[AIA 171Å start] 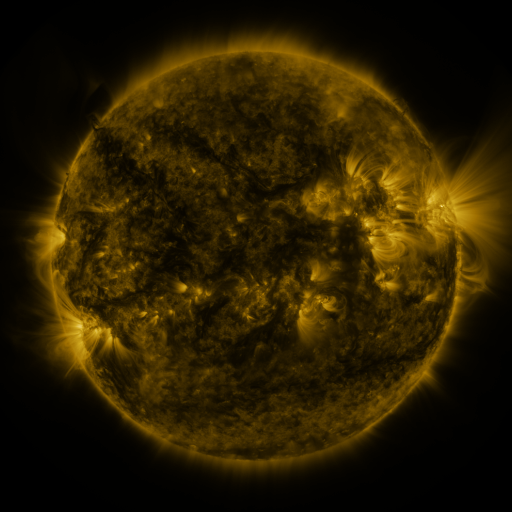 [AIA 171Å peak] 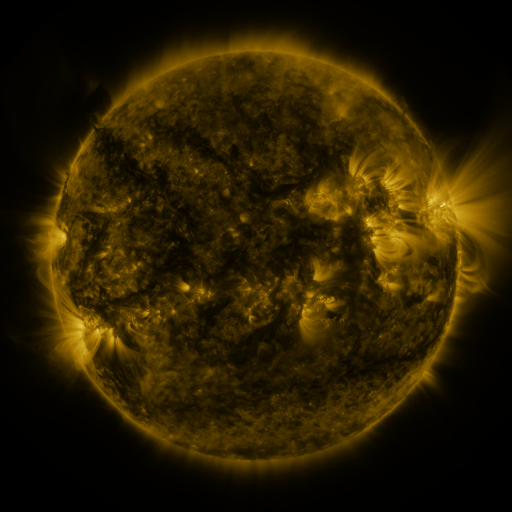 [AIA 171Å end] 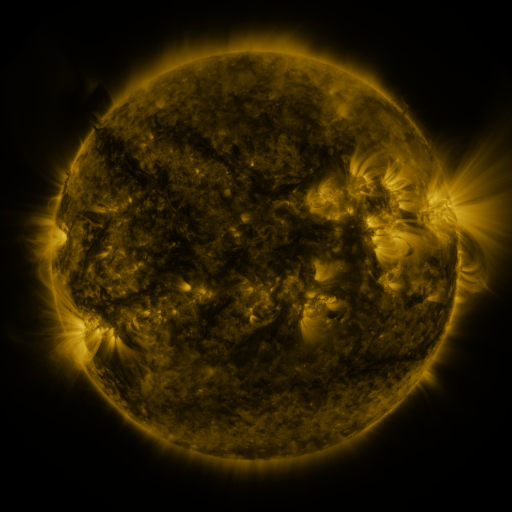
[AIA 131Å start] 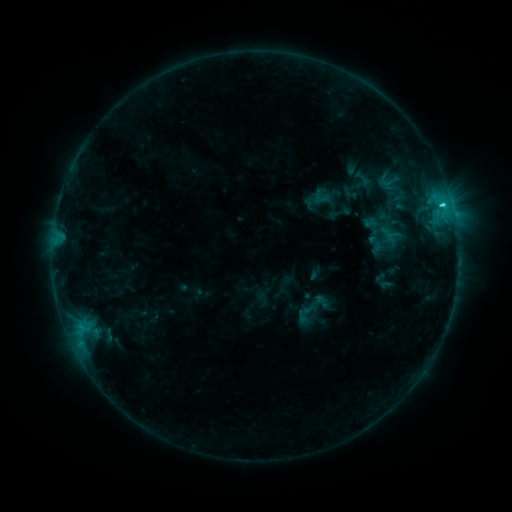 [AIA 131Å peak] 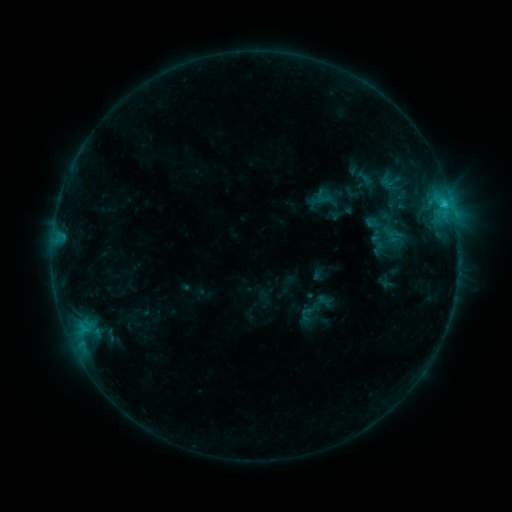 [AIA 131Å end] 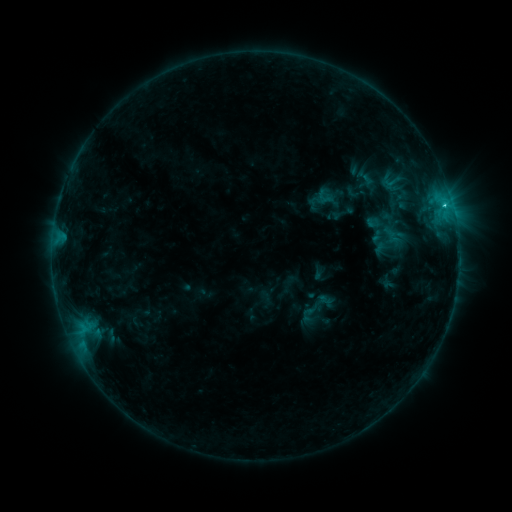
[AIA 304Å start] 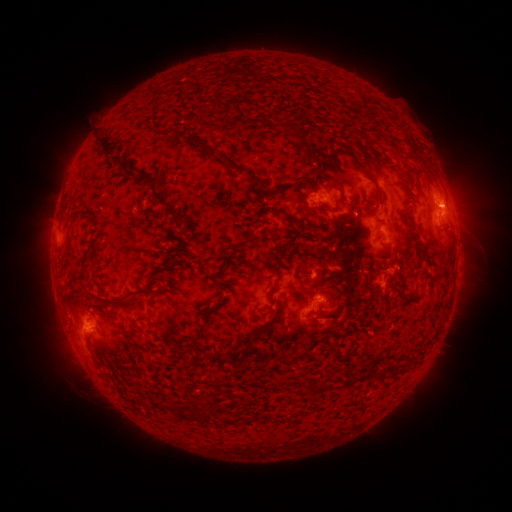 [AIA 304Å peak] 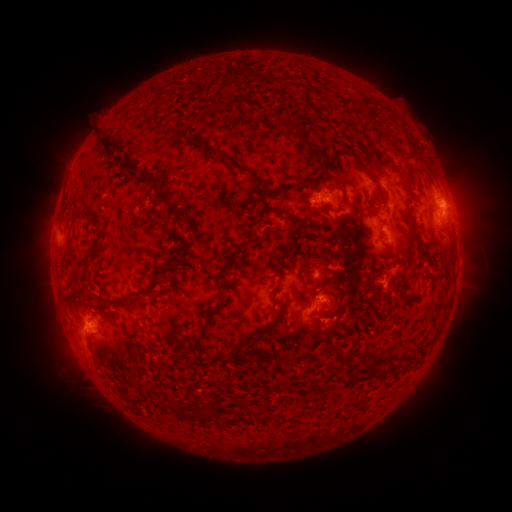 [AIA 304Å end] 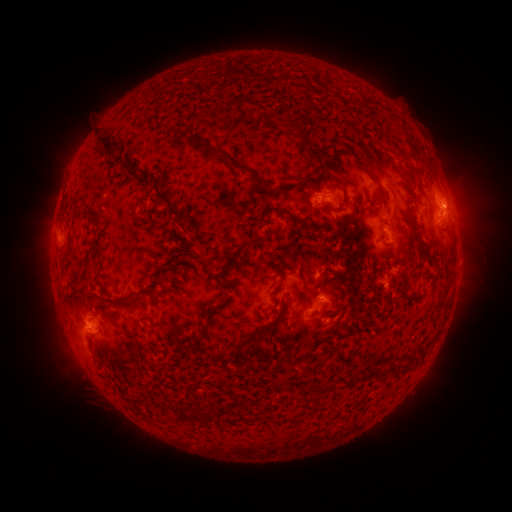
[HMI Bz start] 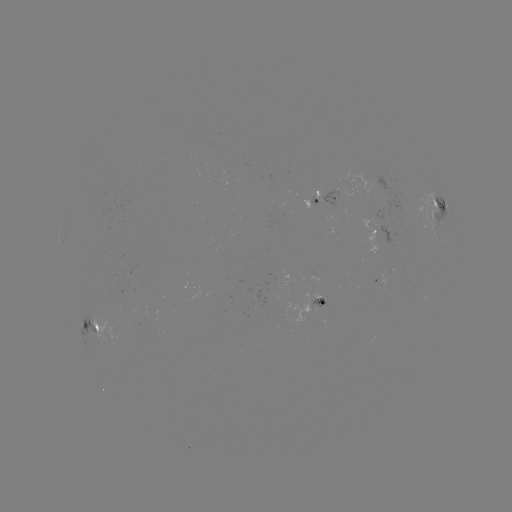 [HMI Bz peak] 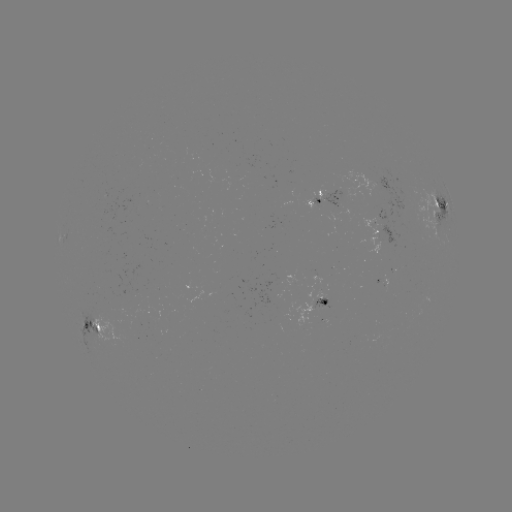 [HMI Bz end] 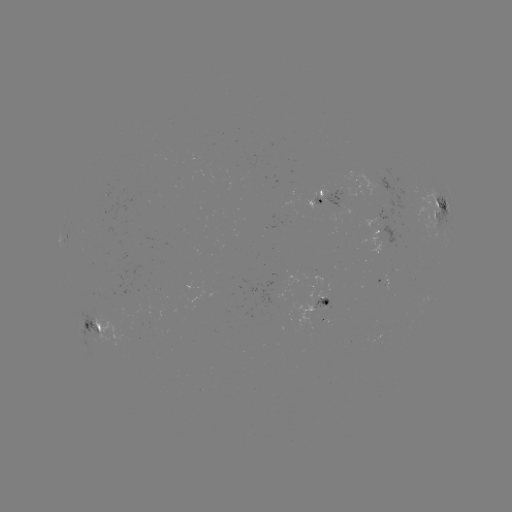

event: emerging-flux region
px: (283, 187)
